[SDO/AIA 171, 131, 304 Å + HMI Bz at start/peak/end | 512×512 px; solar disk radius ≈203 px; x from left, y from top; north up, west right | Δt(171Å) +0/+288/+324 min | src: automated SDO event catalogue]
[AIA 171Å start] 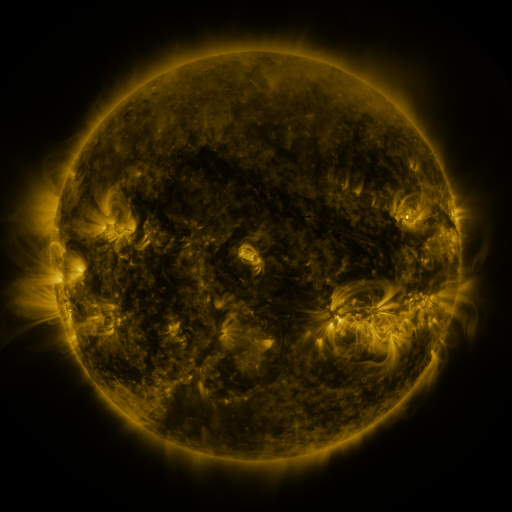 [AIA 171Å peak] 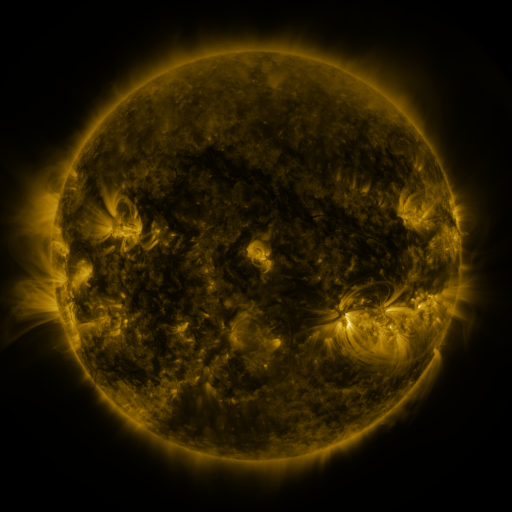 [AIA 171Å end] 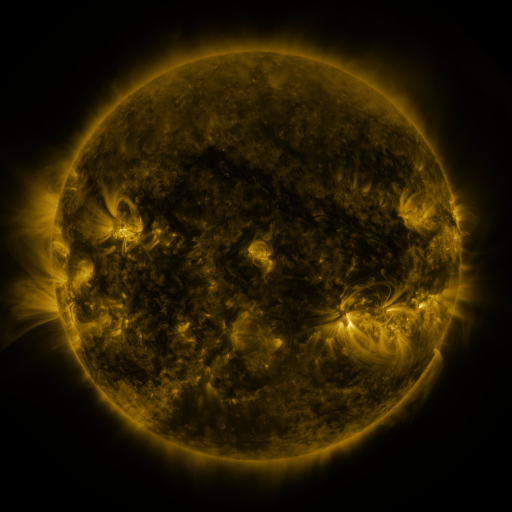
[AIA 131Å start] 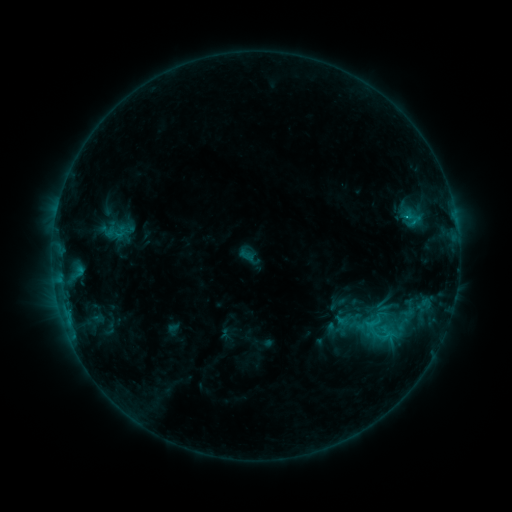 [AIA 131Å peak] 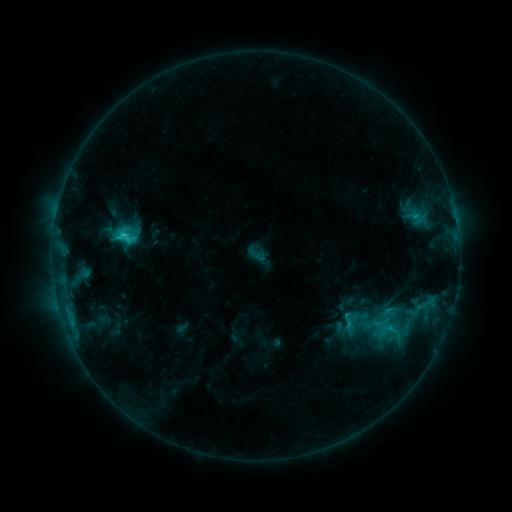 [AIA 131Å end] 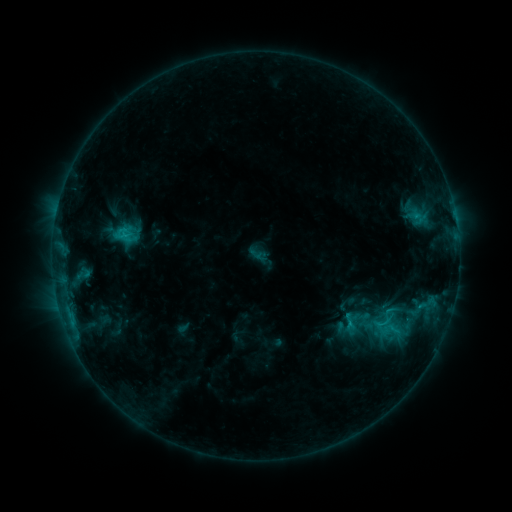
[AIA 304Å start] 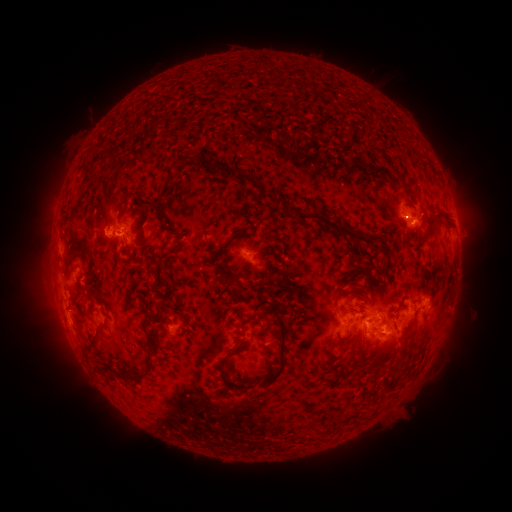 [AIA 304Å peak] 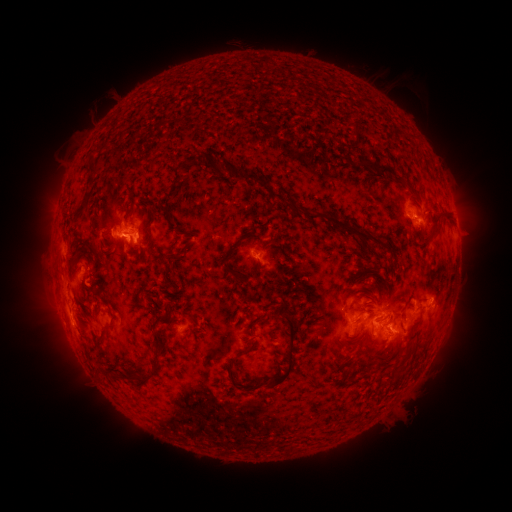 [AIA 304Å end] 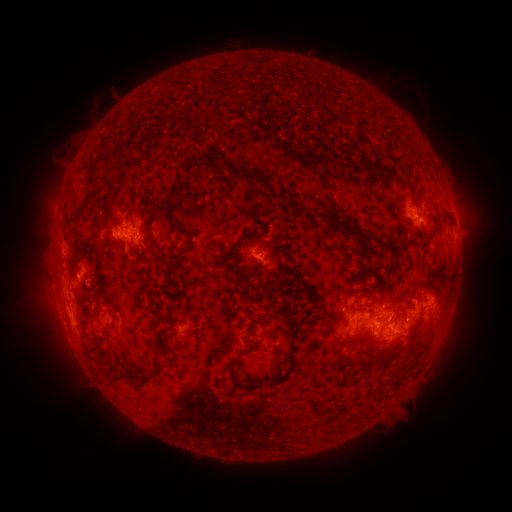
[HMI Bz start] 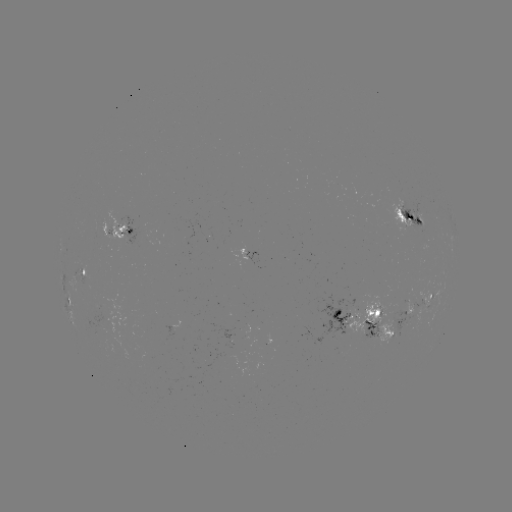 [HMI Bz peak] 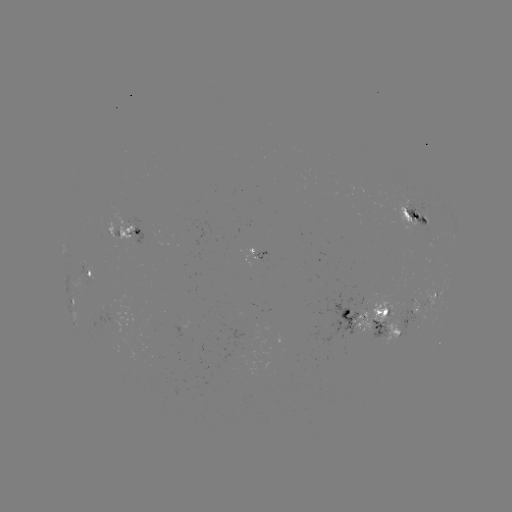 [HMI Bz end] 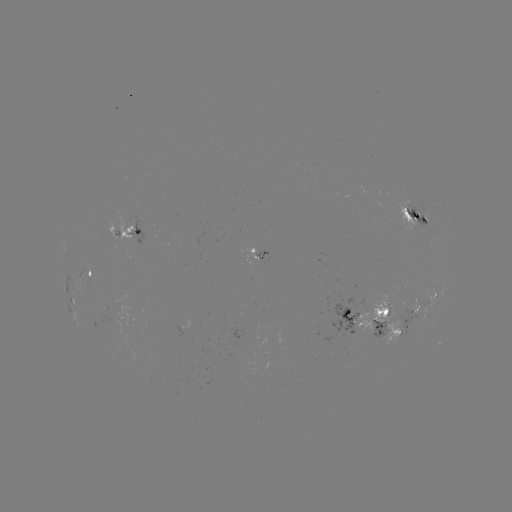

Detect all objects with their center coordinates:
emerging-flux region: (346, 315)
